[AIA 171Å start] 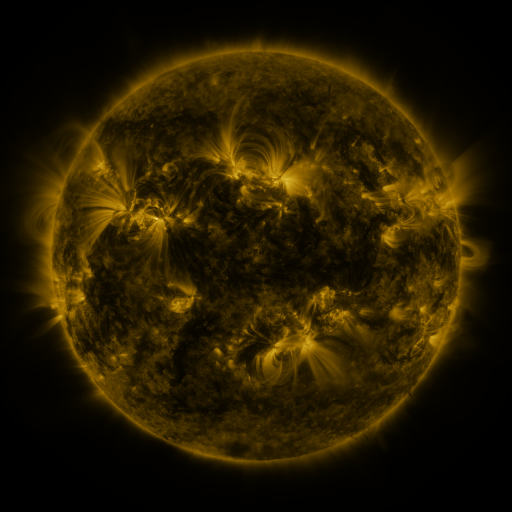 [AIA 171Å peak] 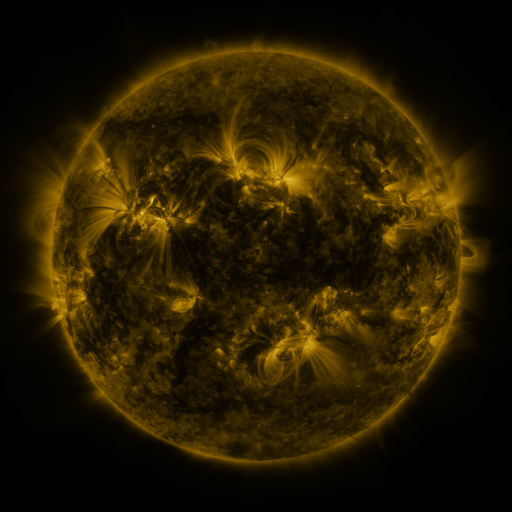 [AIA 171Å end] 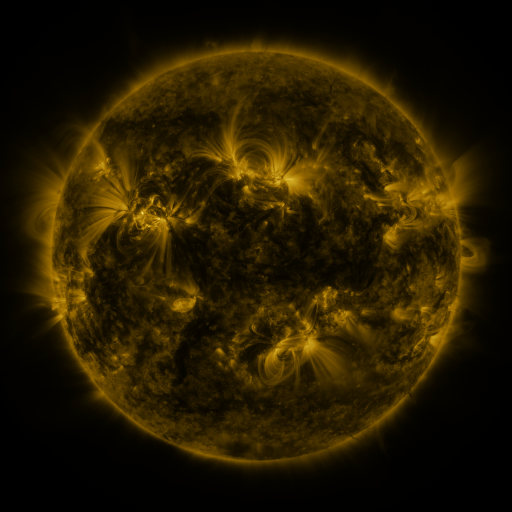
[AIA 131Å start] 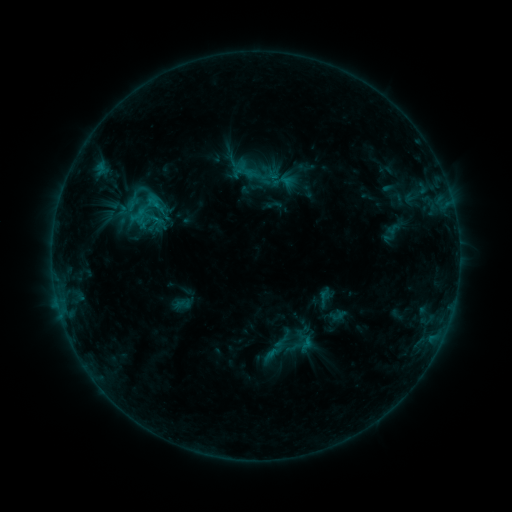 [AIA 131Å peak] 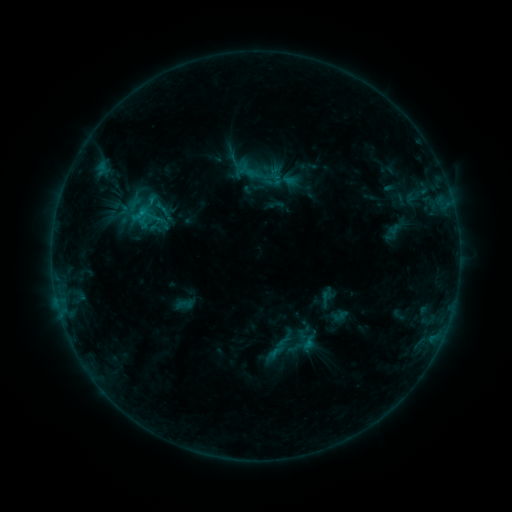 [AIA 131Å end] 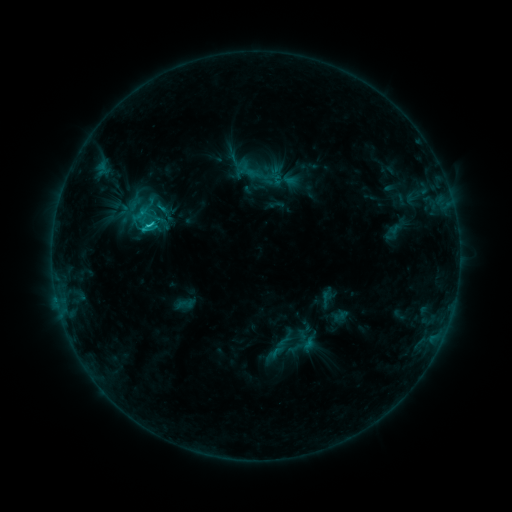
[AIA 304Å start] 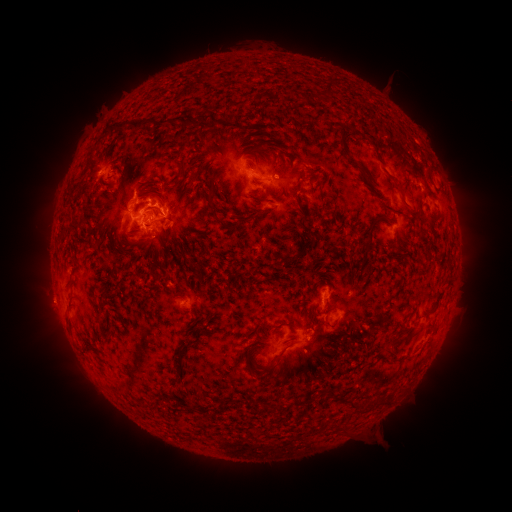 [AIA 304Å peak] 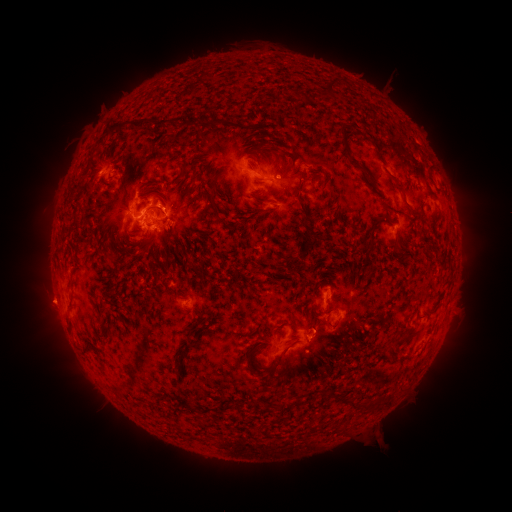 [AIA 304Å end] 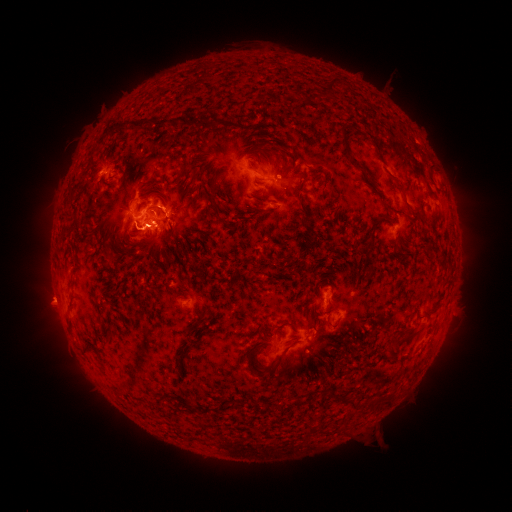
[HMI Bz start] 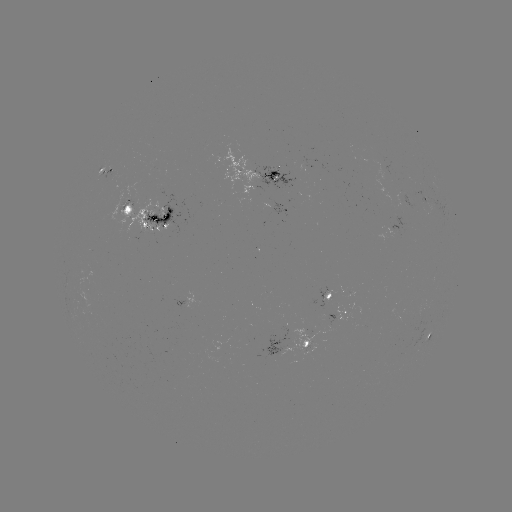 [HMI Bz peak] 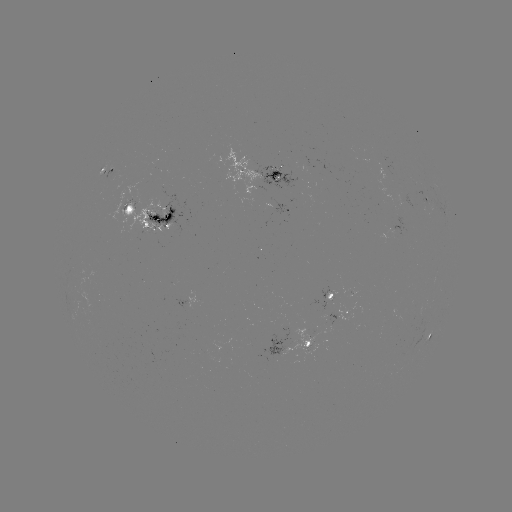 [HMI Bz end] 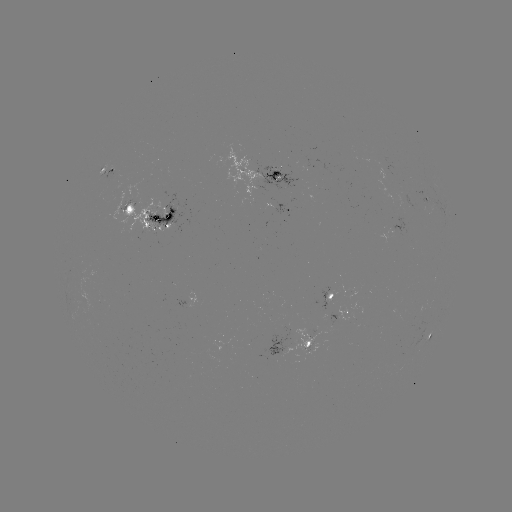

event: emerging-flux region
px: (335, 318)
